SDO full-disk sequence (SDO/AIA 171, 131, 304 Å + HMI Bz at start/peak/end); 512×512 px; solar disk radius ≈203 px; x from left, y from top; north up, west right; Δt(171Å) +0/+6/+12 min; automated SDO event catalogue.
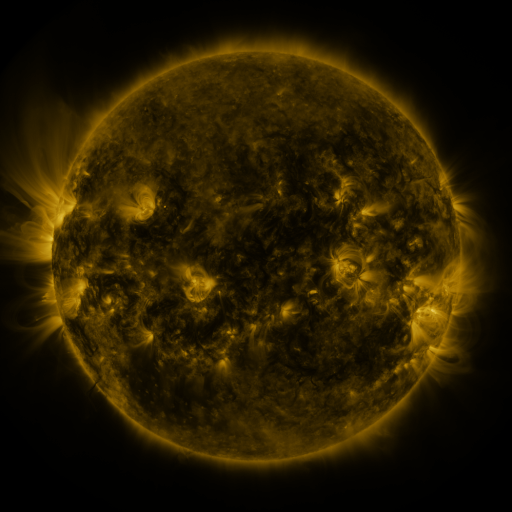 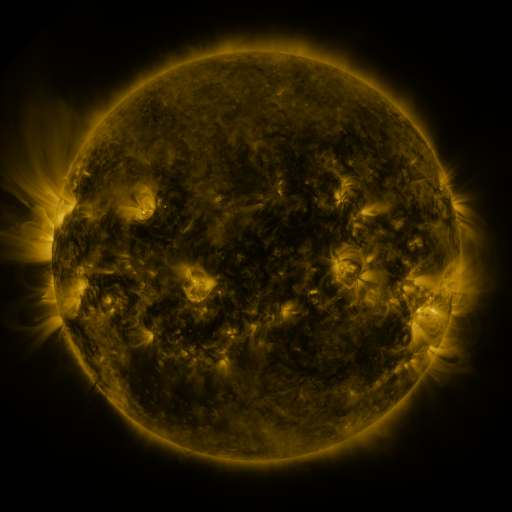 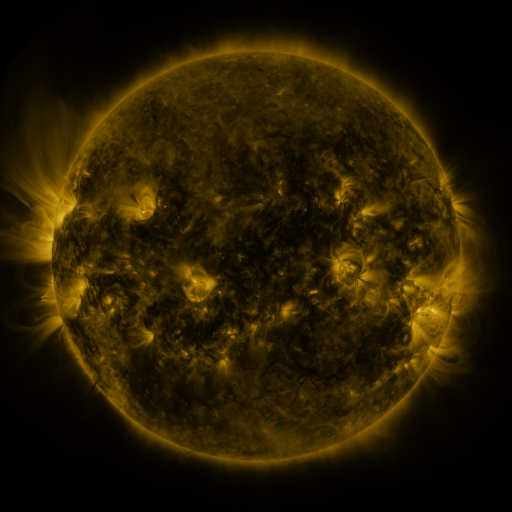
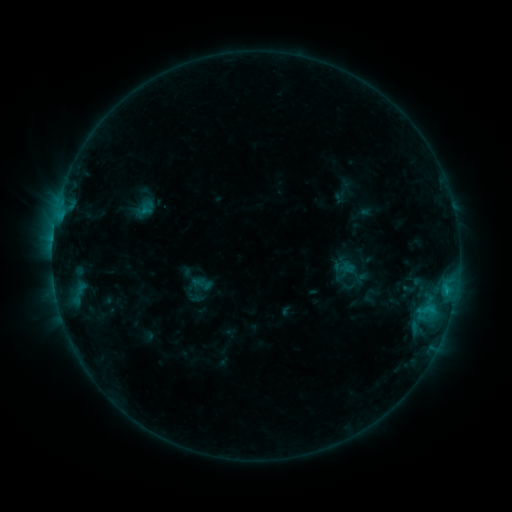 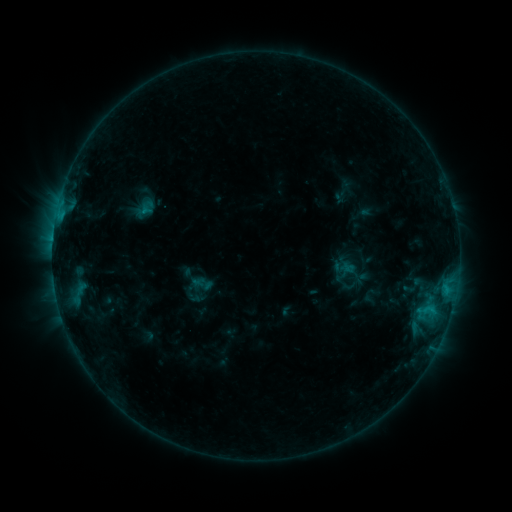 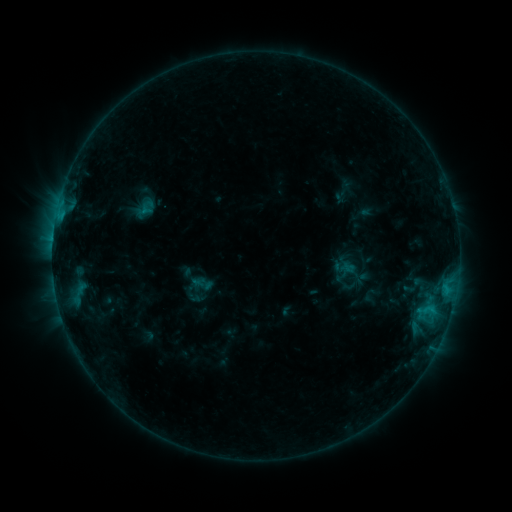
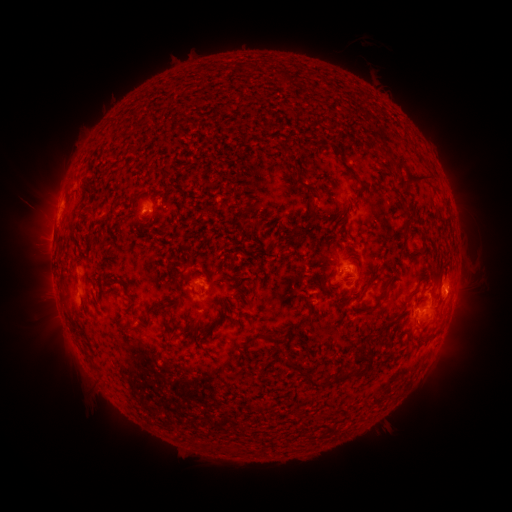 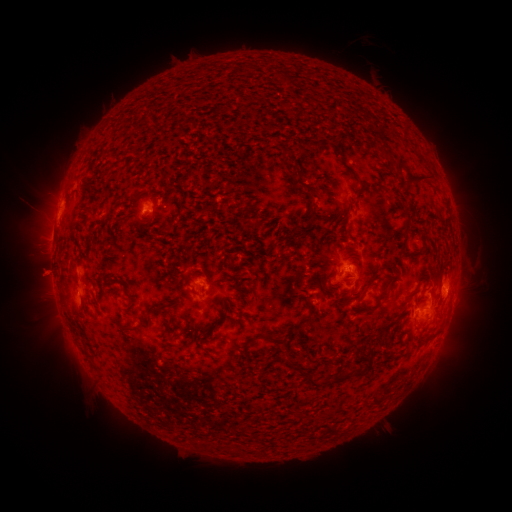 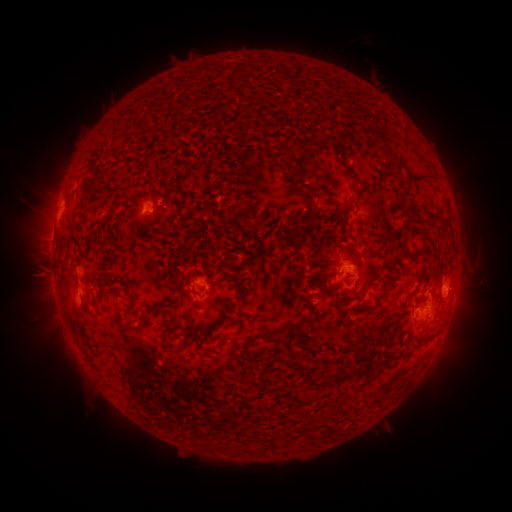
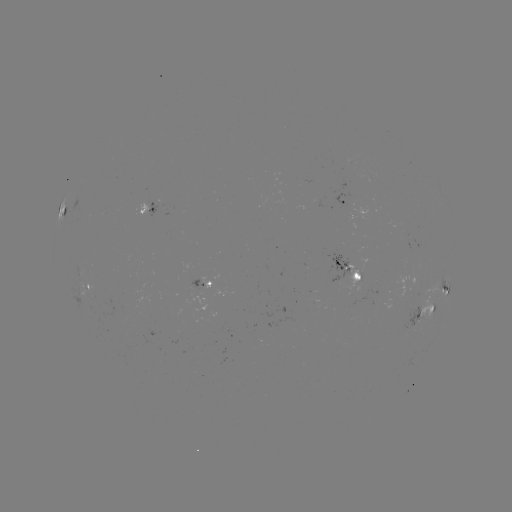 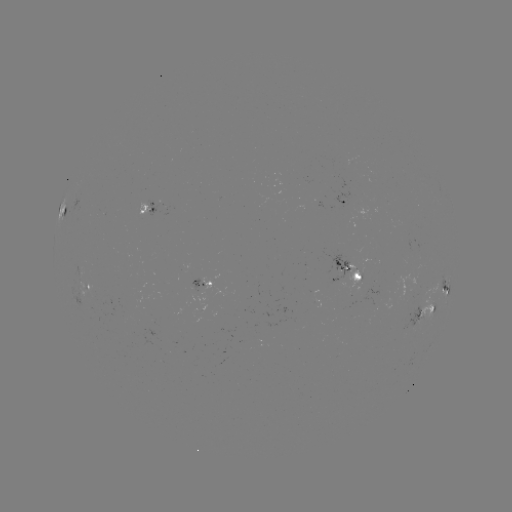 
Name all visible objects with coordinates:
eruption: (42, 275)
